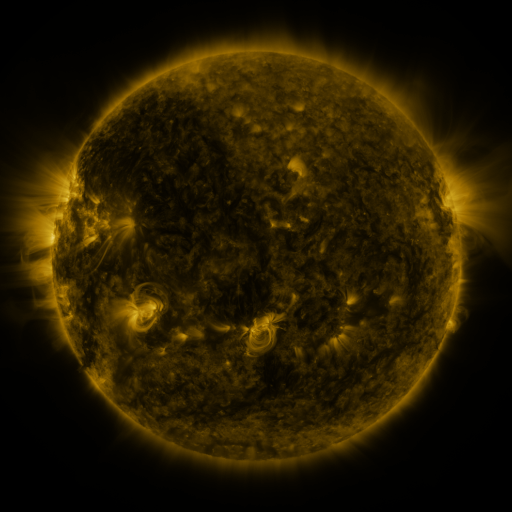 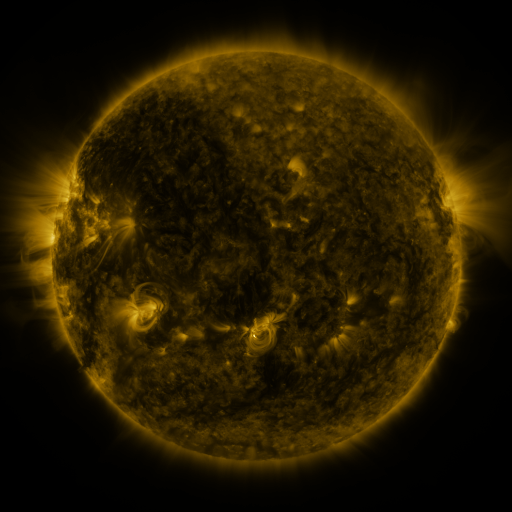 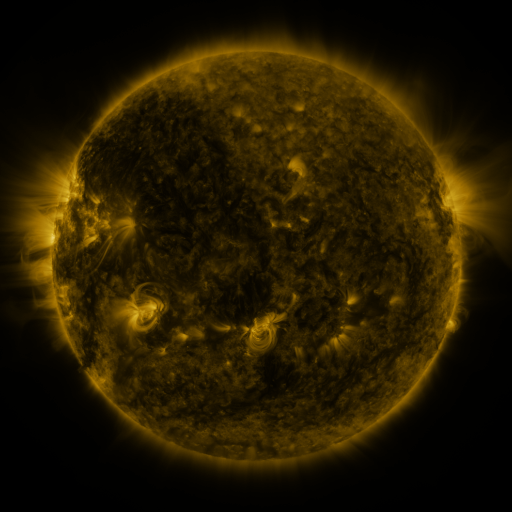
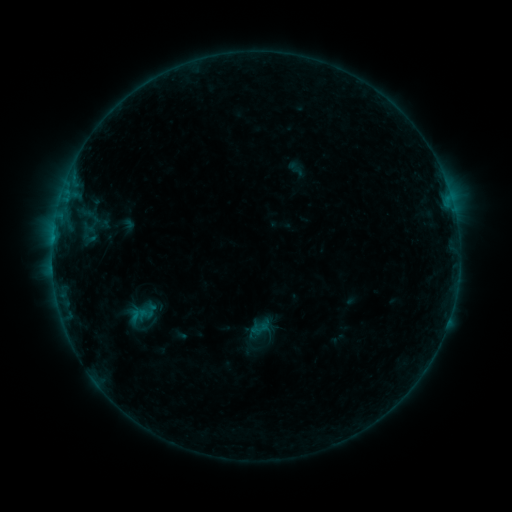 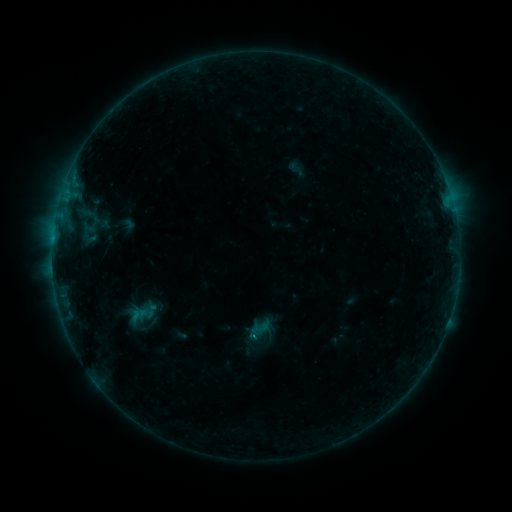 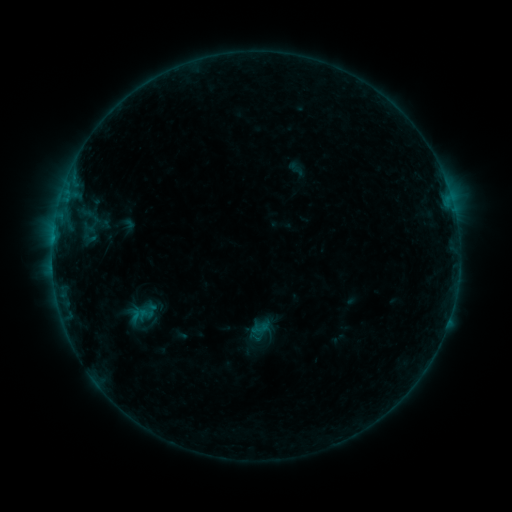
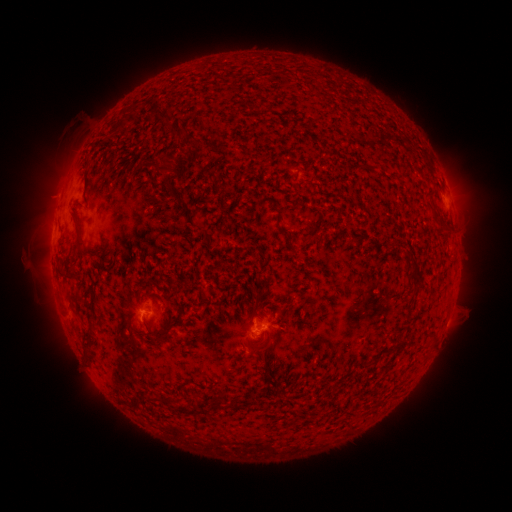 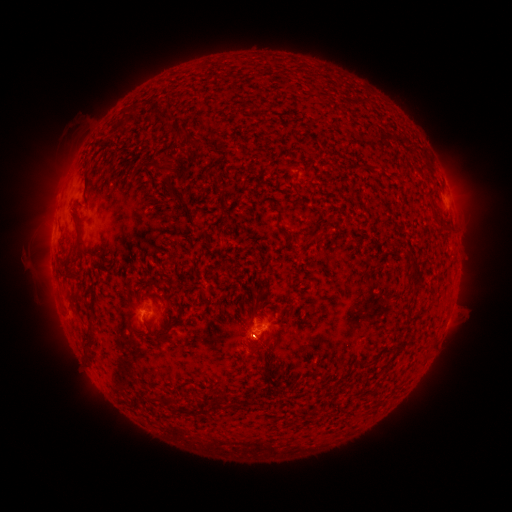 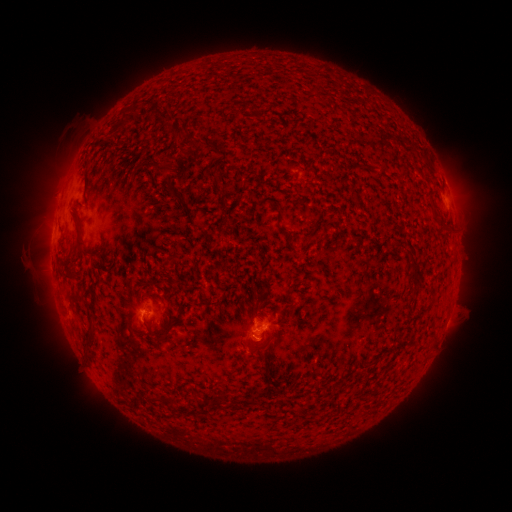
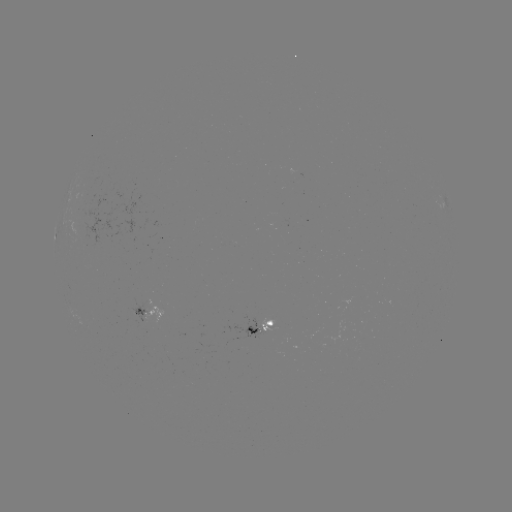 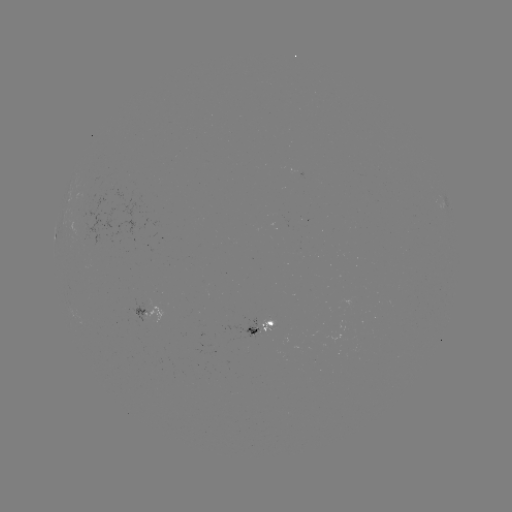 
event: flare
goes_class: B3.7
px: (256, 333)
